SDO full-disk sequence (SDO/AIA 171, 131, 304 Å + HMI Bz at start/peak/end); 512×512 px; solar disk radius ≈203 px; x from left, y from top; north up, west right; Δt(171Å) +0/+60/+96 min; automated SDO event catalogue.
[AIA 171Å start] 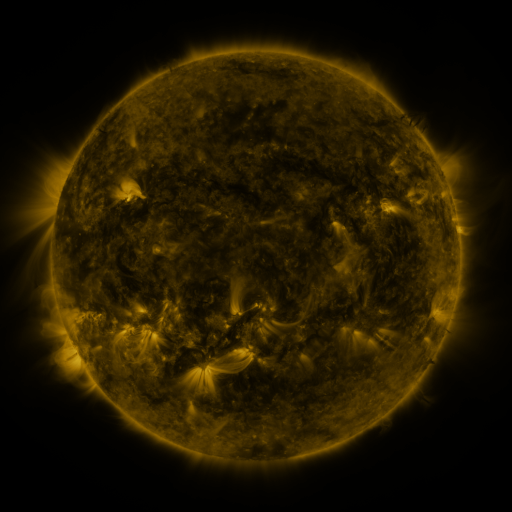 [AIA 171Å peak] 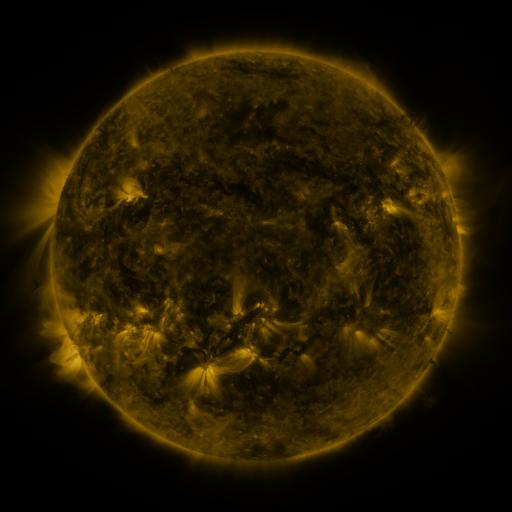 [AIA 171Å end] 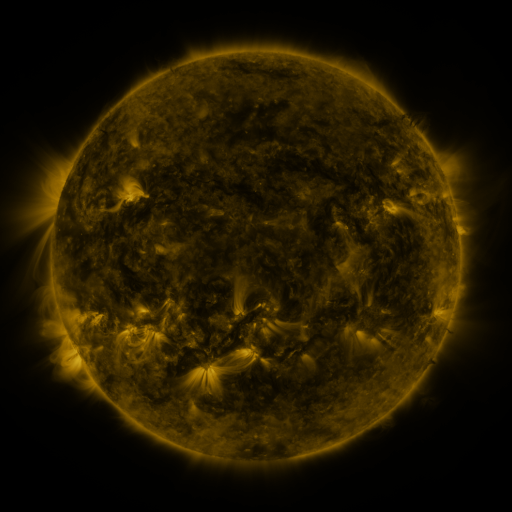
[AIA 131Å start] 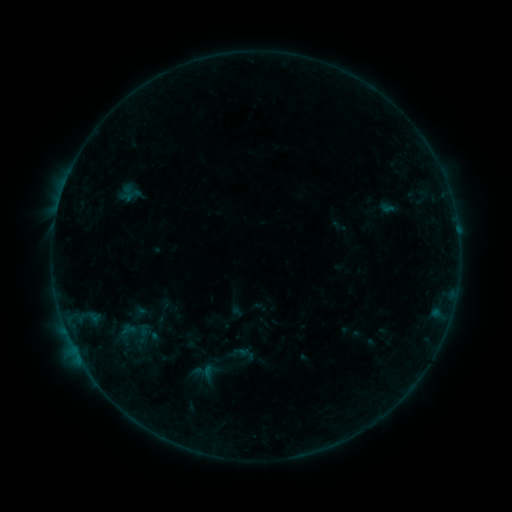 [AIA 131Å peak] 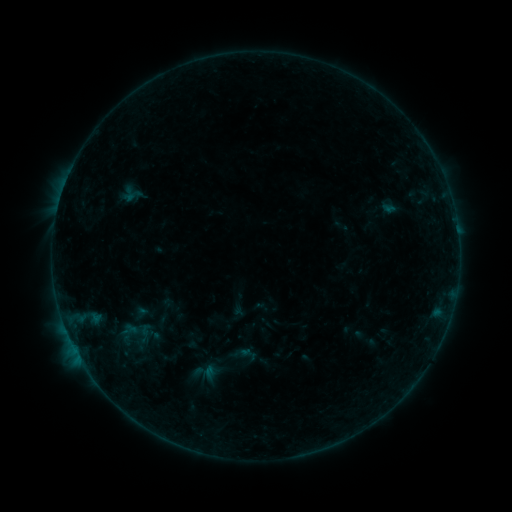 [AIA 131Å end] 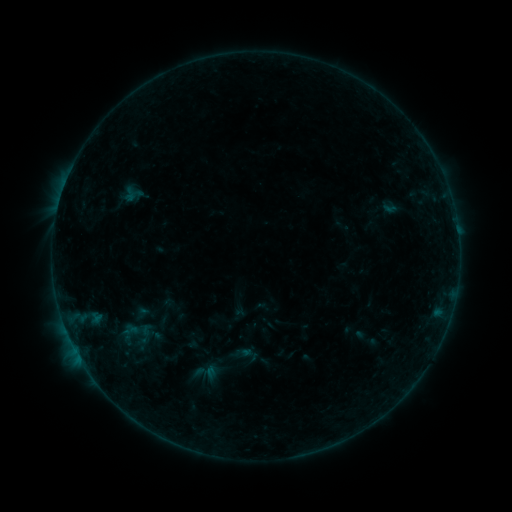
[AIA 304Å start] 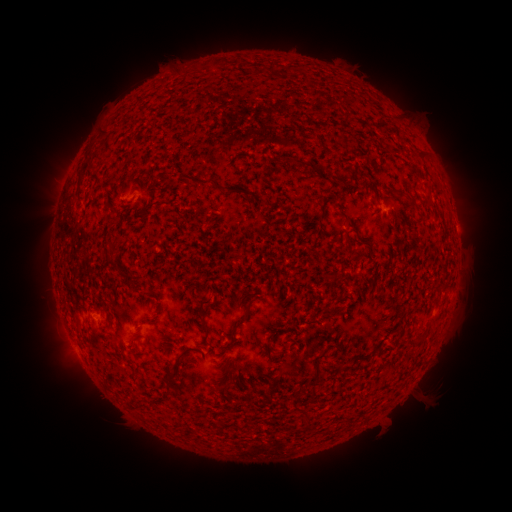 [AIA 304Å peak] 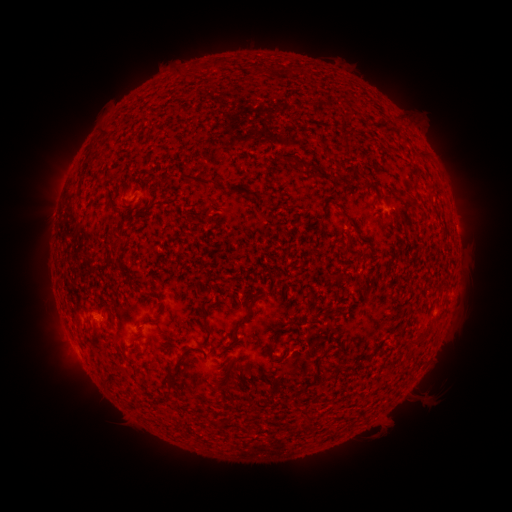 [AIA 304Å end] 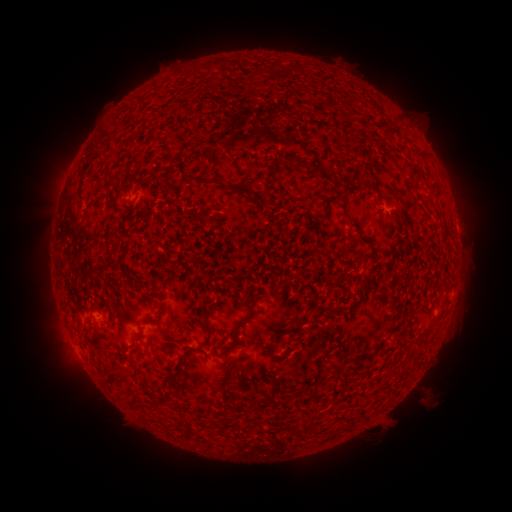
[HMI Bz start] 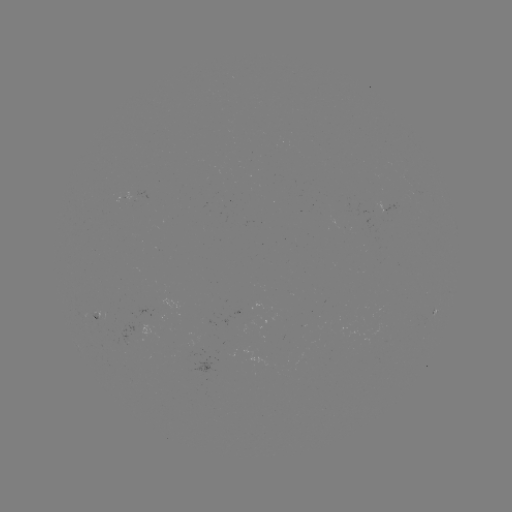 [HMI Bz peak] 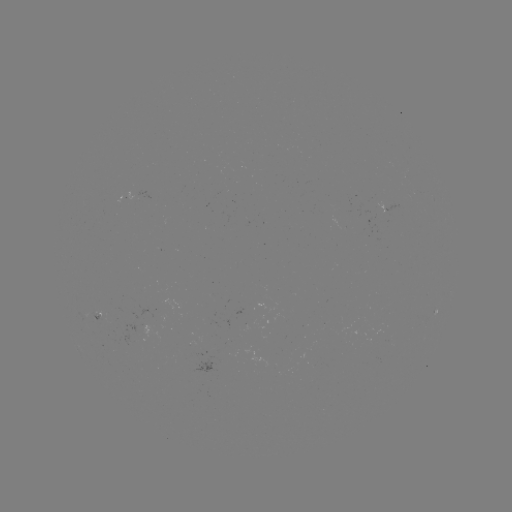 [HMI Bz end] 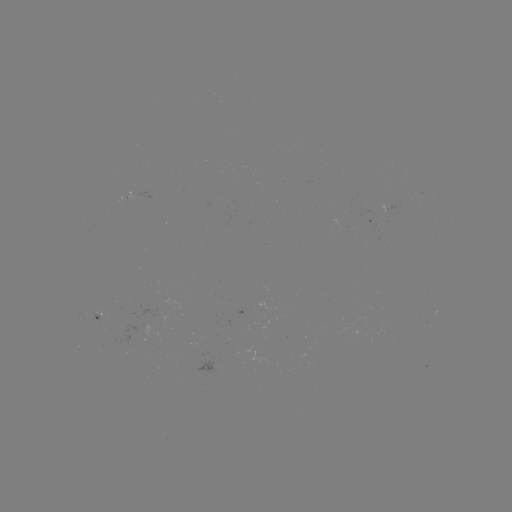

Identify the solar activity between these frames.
emerging-flux region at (374, 207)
